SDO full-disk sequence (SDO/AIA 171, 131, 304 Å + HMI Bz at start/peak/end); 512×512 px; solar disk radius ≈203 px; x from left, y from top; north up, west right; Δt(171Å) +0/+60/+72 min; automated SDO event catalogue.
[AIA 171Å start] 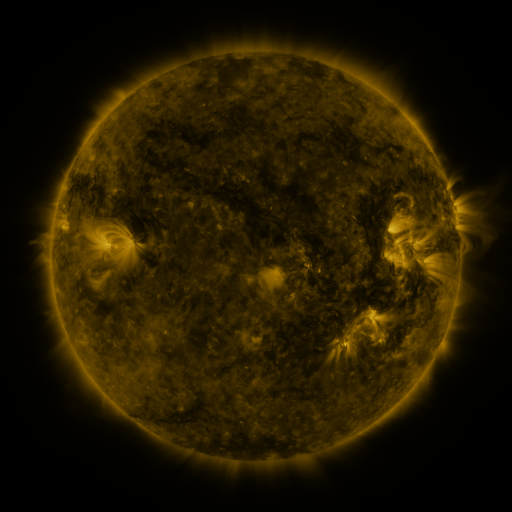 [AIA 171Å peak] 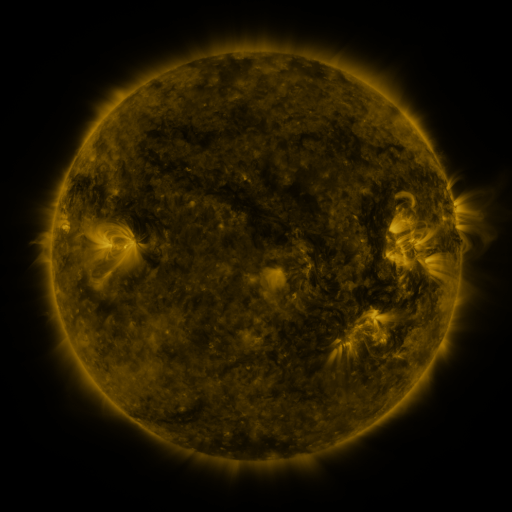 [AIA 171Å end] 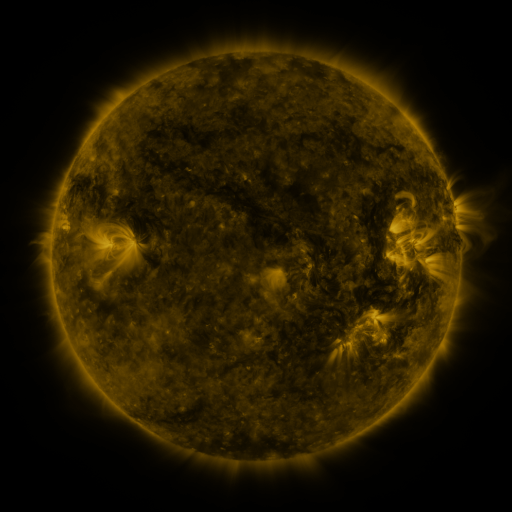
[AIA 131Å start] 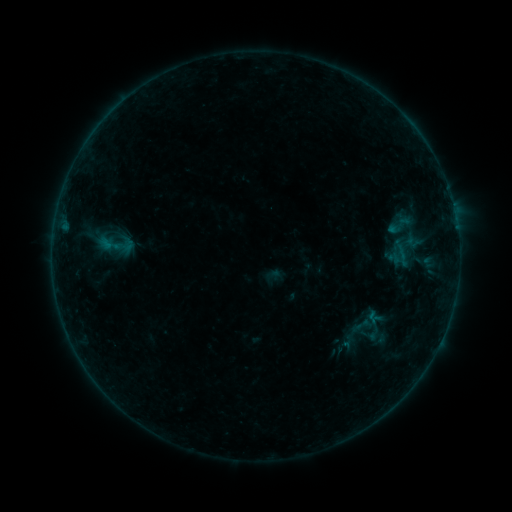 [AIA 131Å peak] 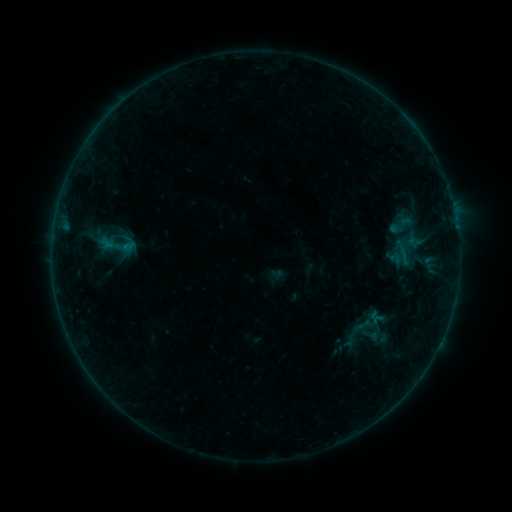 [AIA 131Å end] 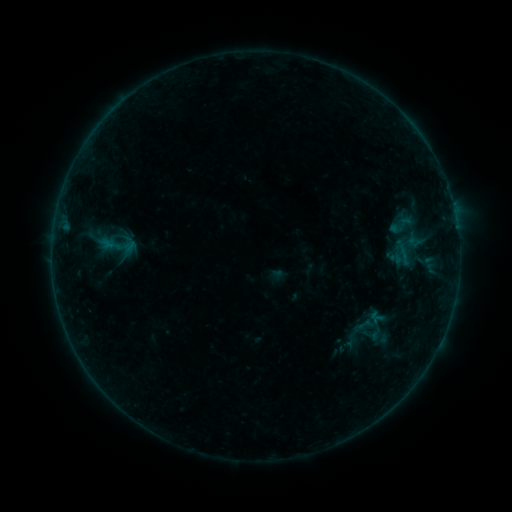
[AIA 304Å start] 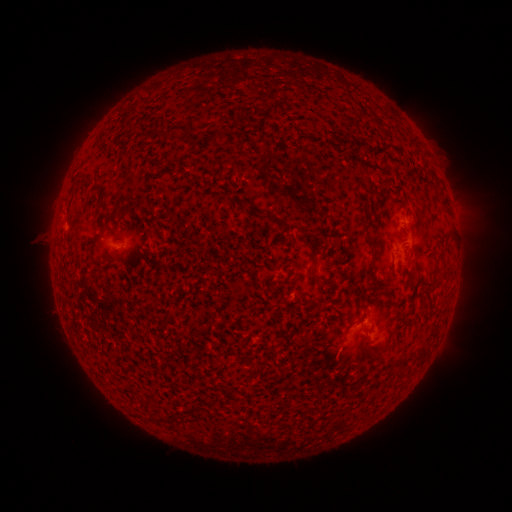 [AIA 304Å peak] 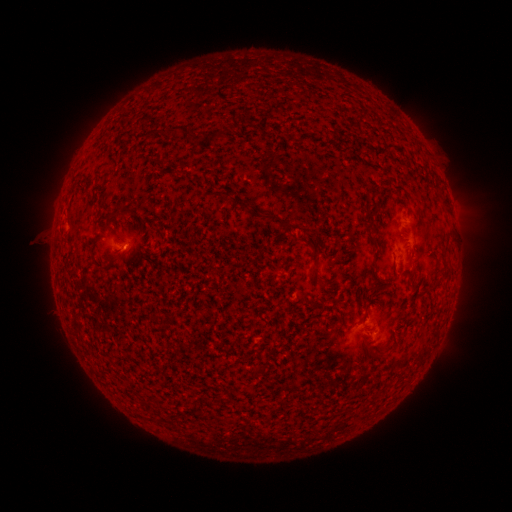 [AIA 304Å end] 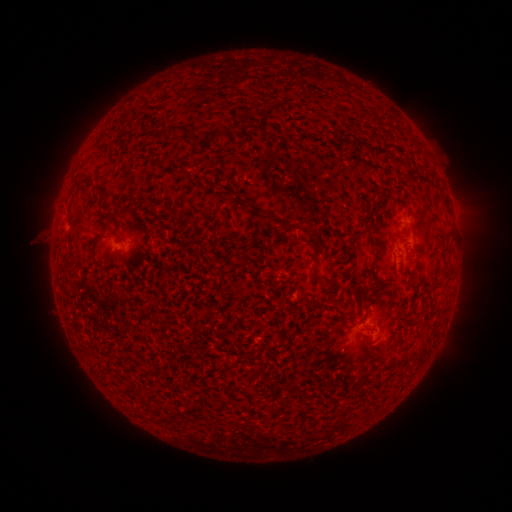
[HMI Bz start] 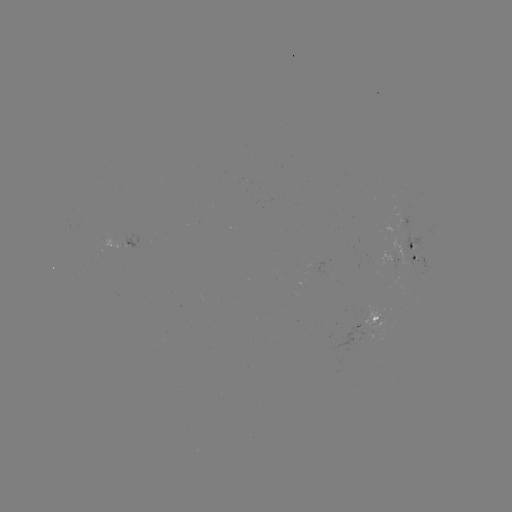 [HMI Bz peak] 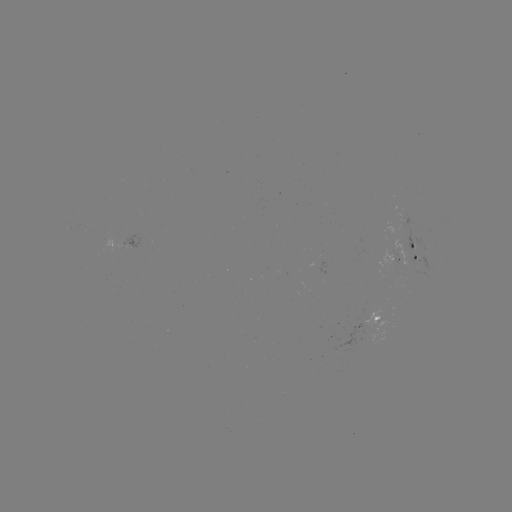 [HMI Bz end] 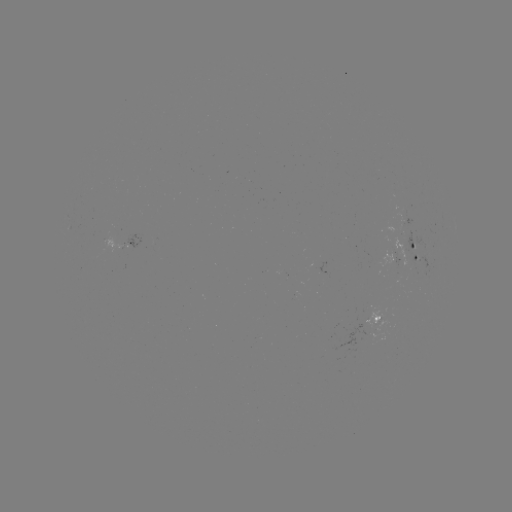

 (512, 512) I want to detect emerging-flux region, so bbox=[392, 238, 409, 267].